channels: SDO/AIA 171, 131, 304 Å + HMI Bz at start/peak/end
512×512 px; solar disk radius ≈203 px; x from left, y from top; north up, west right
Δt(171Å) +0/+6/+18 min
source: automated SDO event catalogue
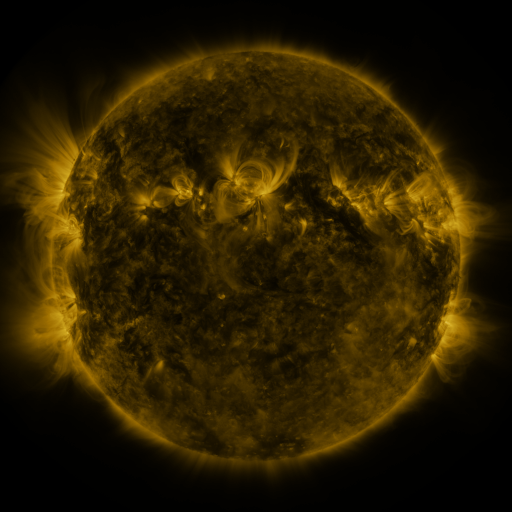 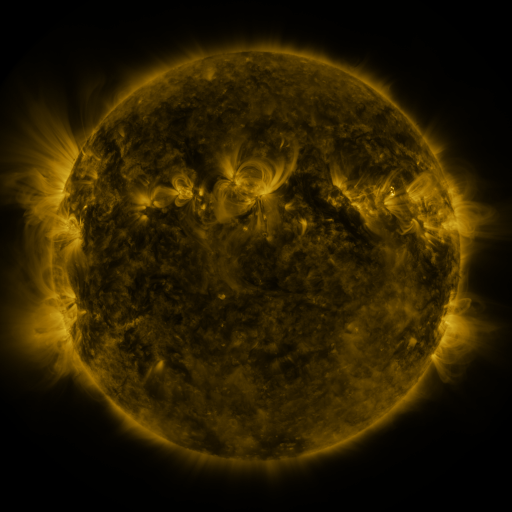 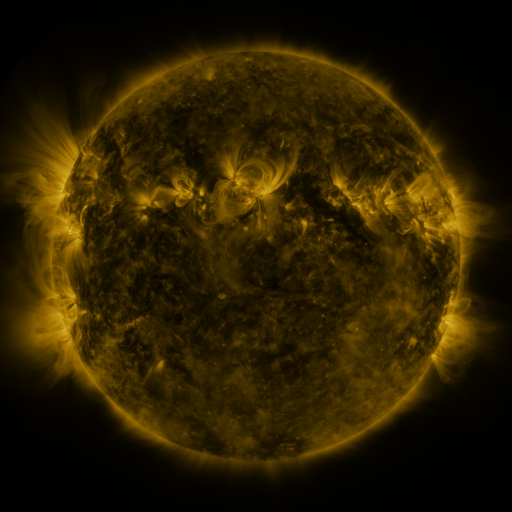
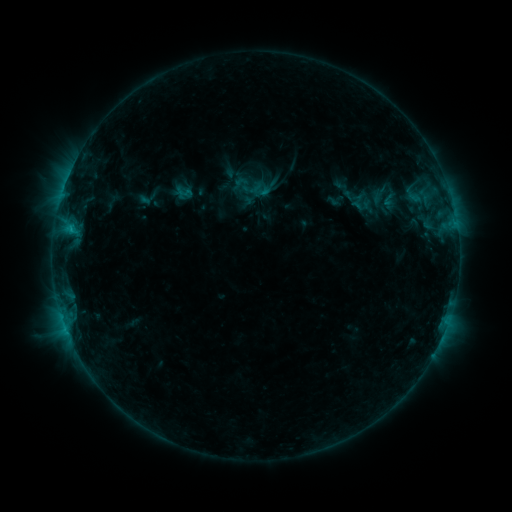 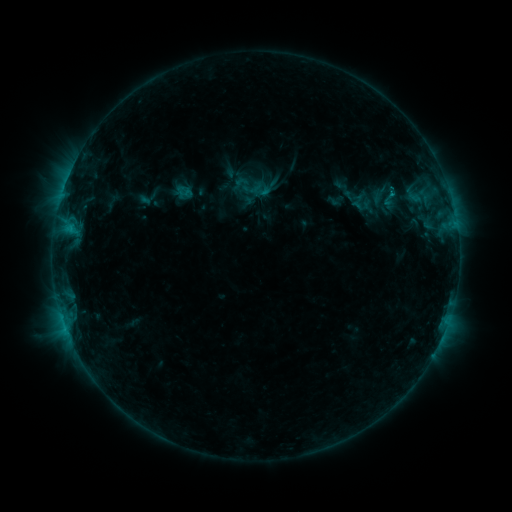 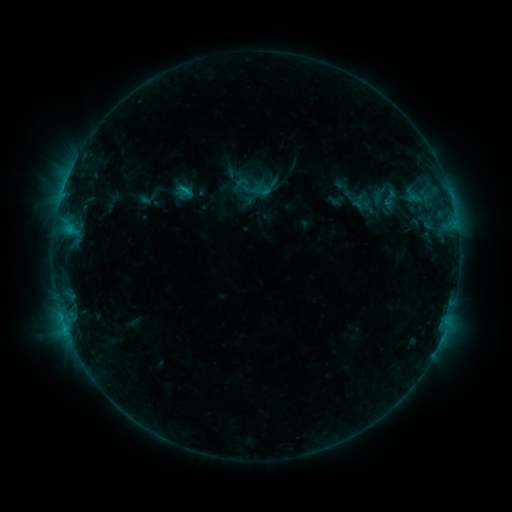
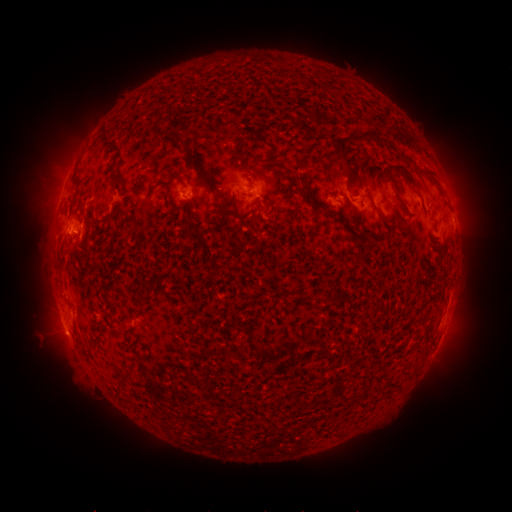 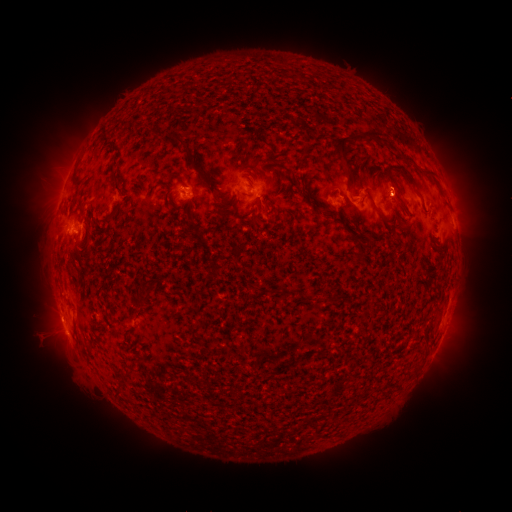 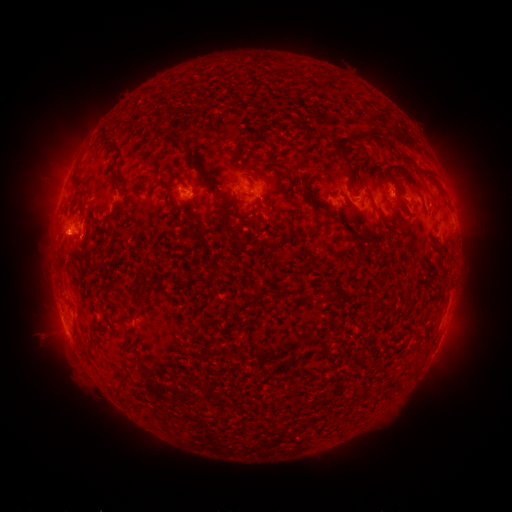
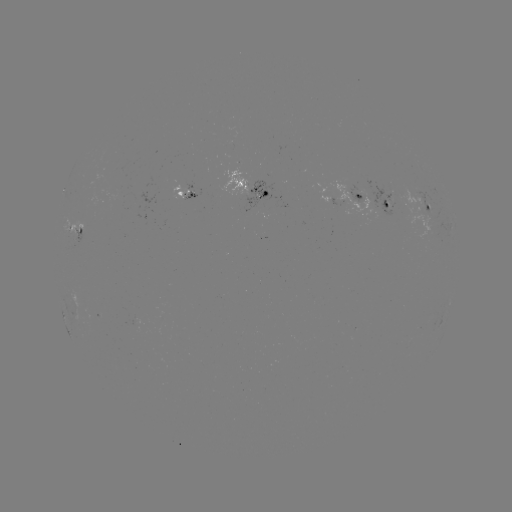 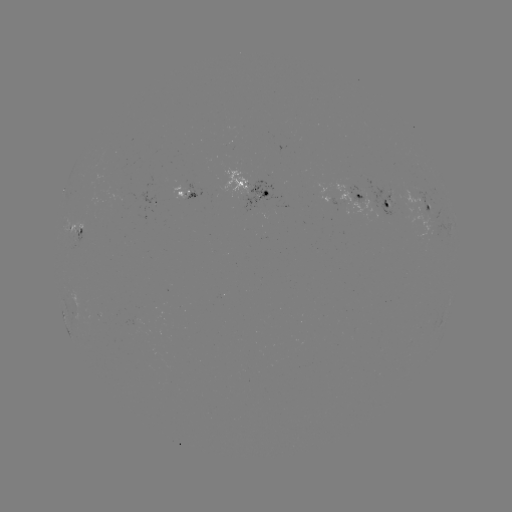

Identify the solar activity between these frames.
C1.1 flare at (389, 192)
